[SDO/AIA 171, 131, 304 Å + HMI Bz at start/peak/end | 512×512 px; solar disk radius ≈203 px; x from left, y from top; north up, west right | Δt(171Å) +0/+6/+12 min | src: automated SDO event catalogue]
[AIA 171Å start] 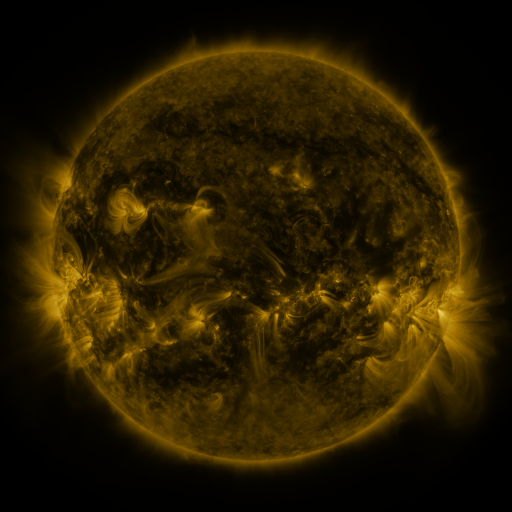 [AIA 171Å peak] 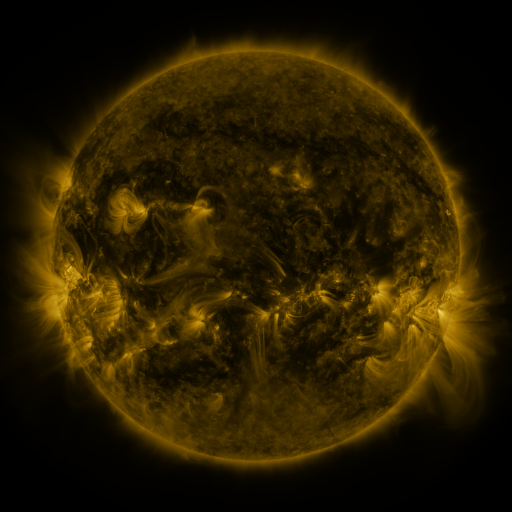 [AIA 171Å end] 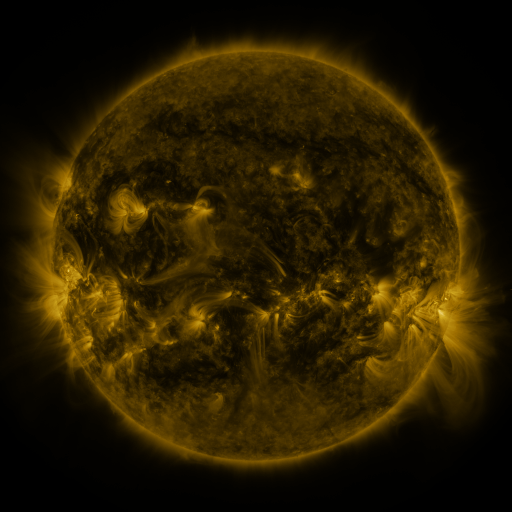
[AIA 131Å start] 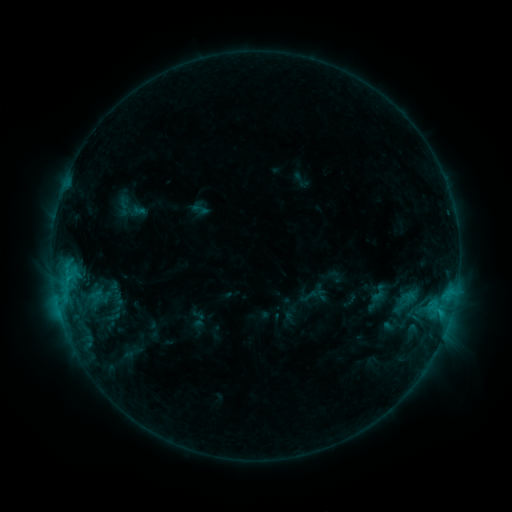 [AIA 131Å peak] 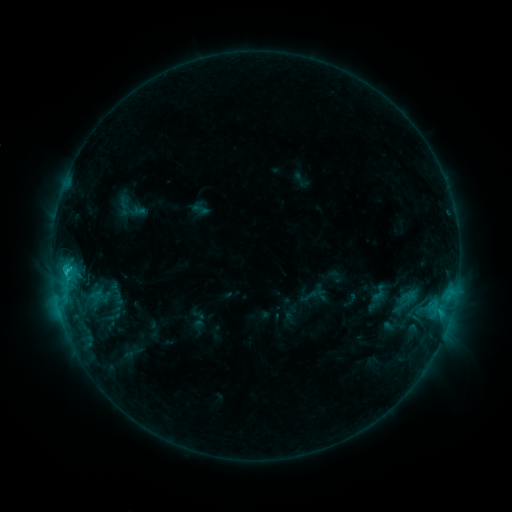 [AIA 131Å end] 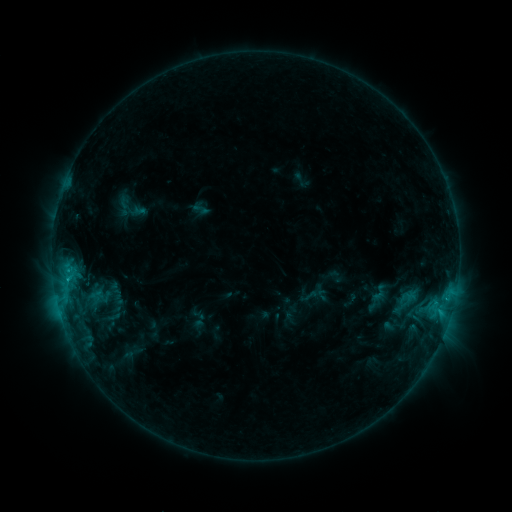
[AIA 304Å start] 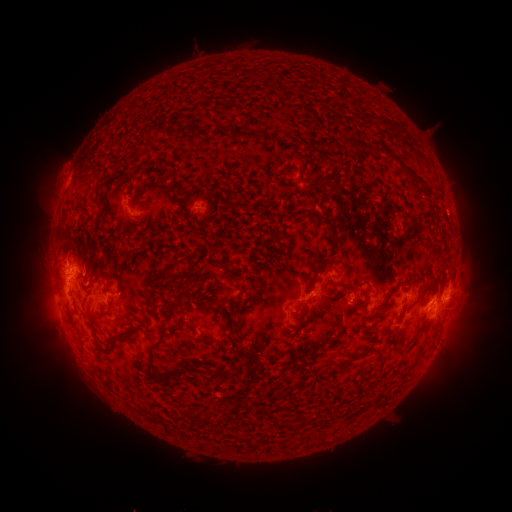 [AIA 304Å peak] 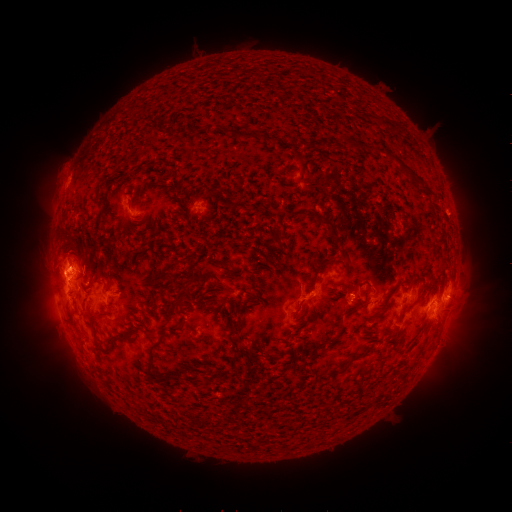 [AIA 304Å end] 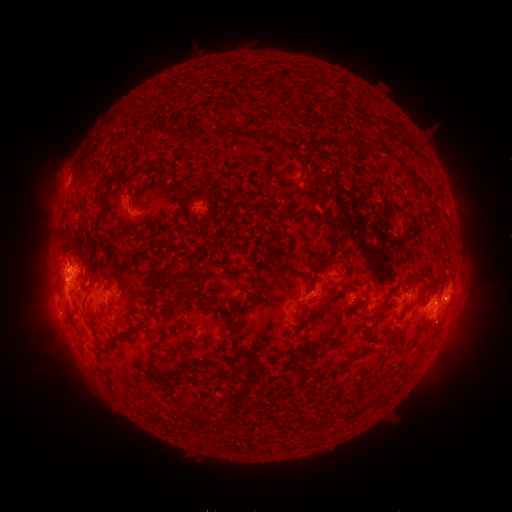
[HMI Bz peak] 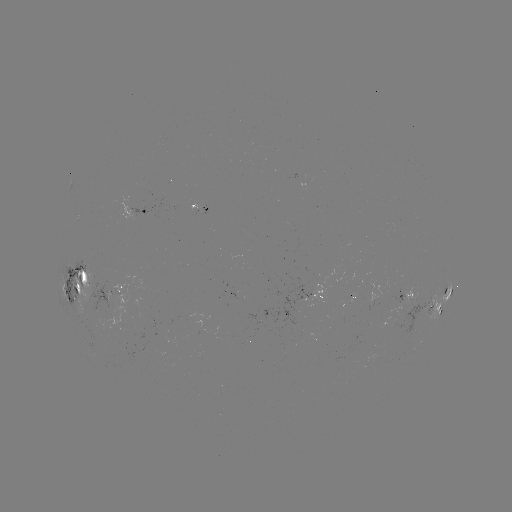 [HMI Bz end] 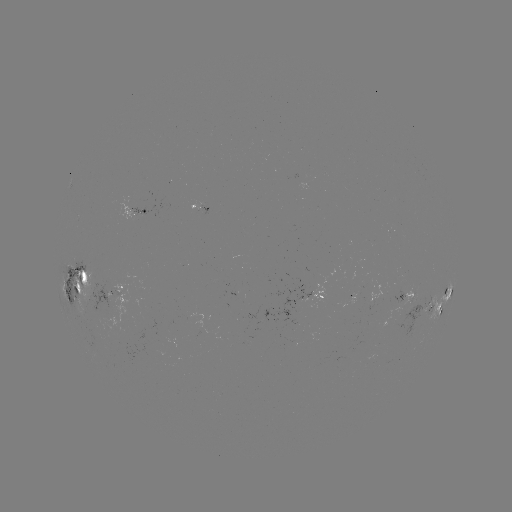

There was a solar flare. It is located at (65, 273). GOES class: C2.4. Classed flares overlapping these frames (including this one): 1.